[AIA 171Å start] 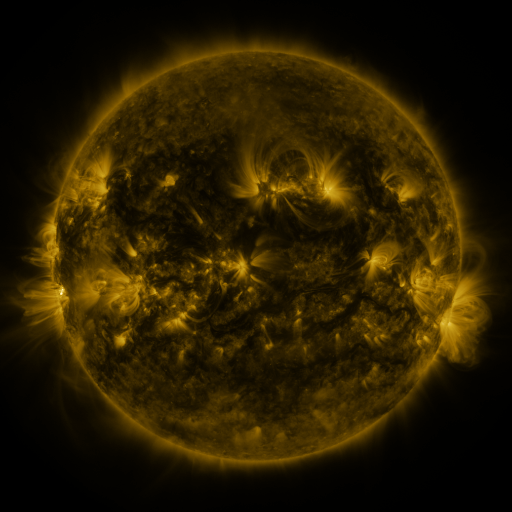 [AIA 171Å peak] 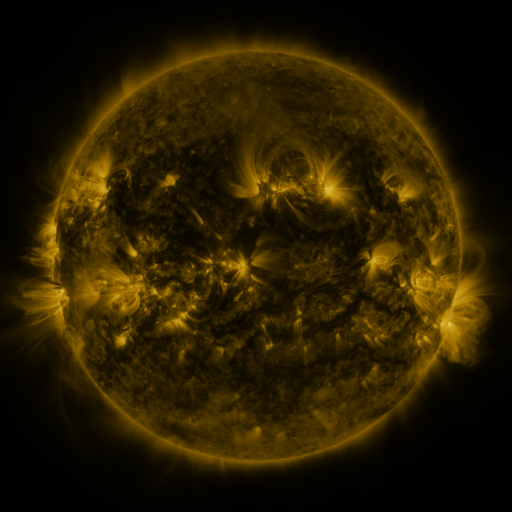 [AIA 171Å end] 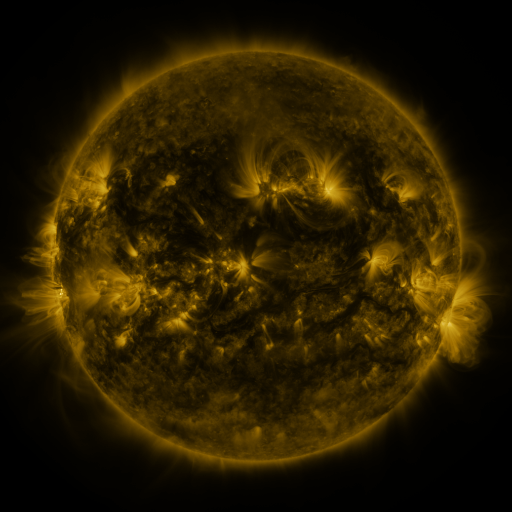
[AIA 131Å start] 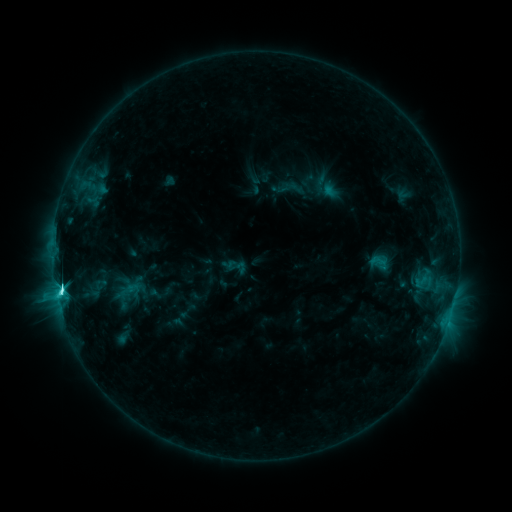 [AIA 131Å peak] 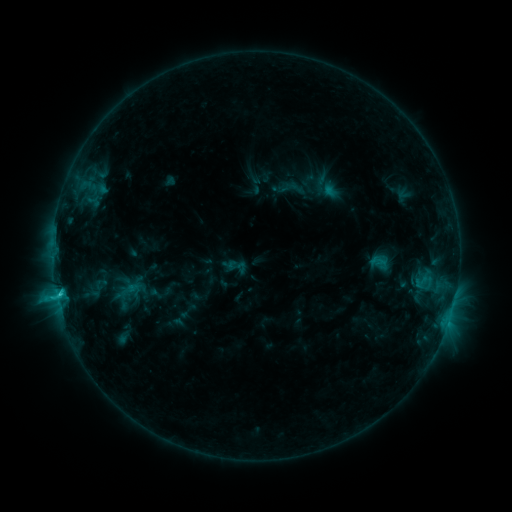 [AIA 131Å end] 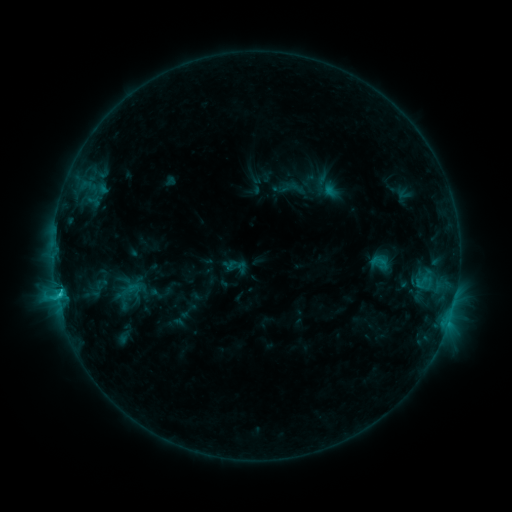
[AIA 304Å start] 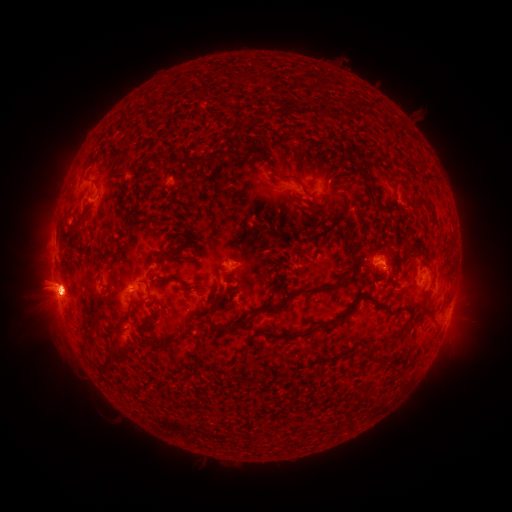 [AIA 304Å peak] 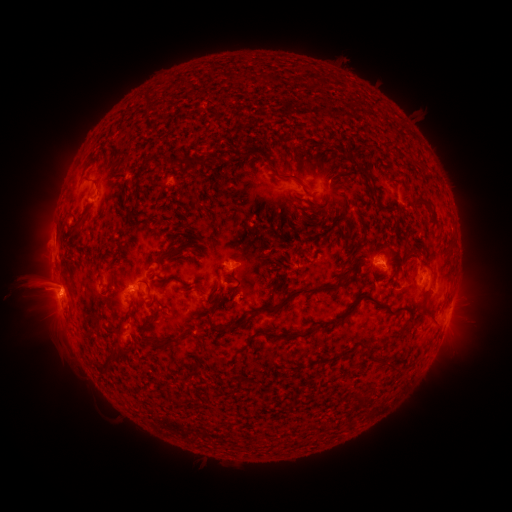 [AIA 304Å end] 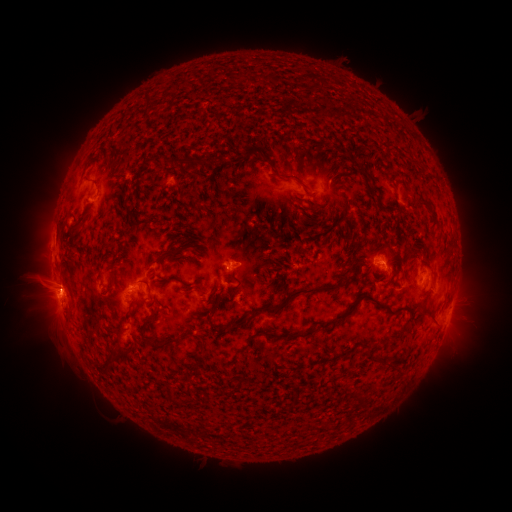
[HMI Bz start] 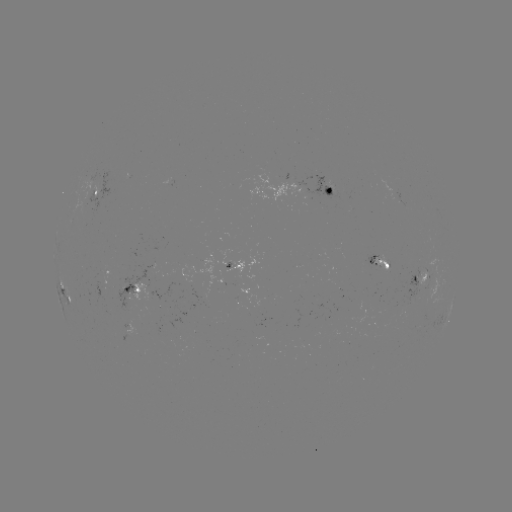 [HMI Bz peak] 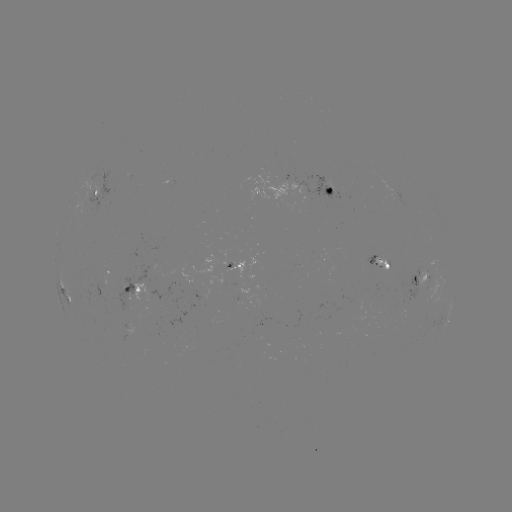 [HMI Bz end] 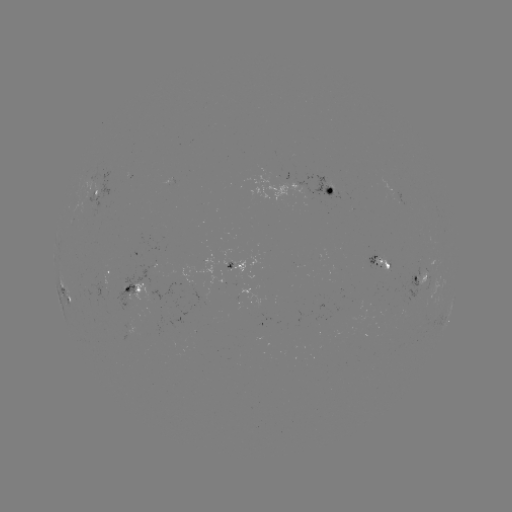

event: eruption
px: (35, 287)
